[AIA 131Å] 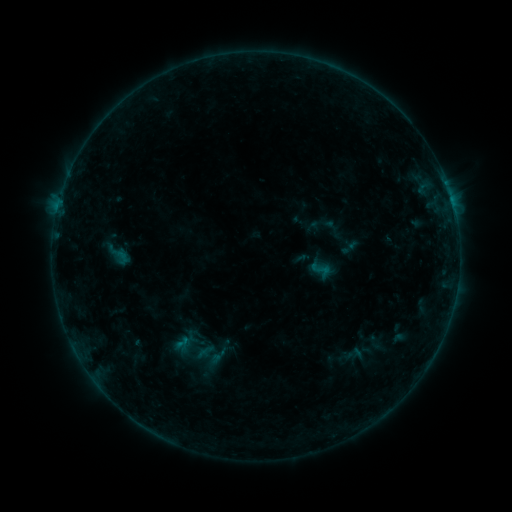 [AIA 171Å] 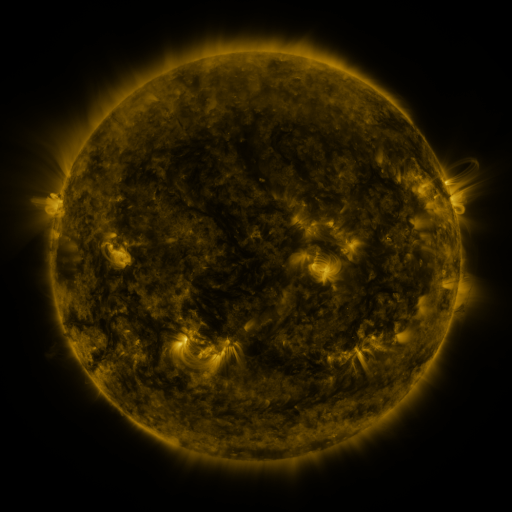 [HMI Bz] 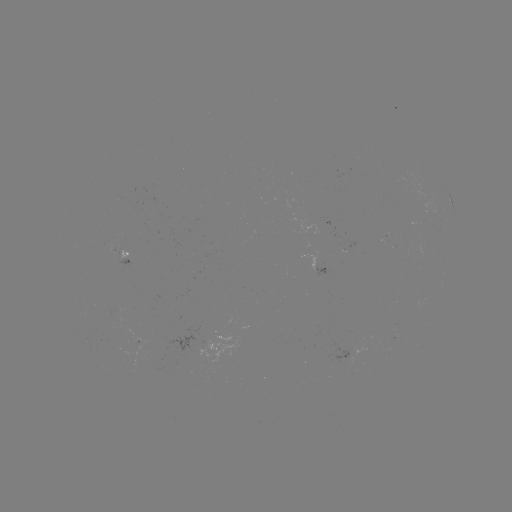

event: sigmoid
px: (320, 269)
